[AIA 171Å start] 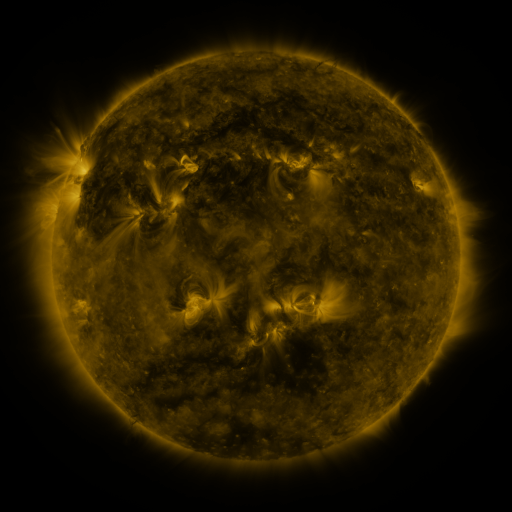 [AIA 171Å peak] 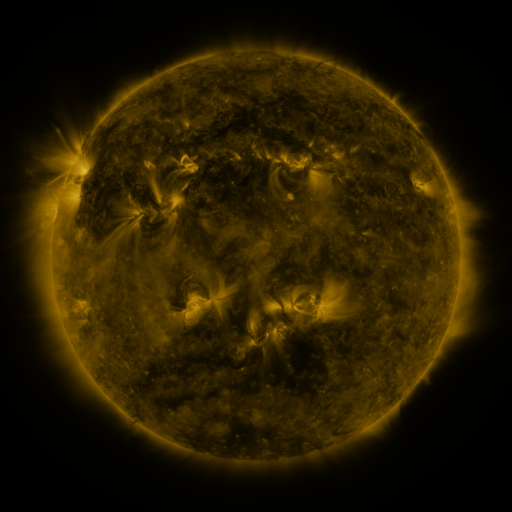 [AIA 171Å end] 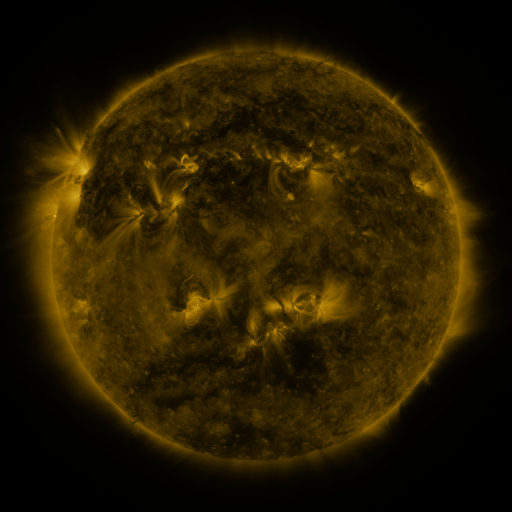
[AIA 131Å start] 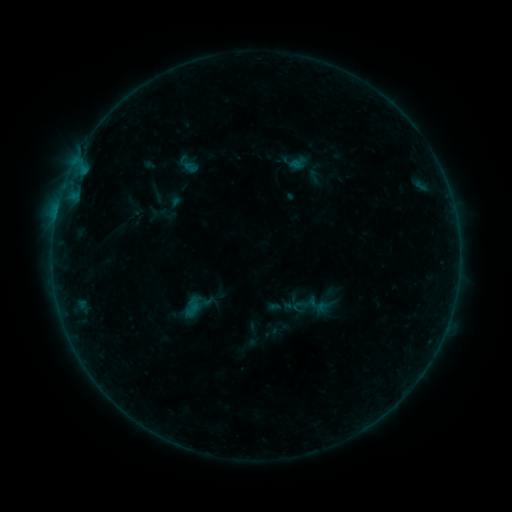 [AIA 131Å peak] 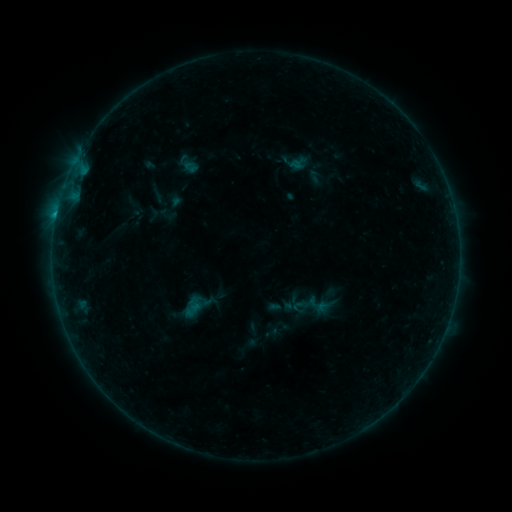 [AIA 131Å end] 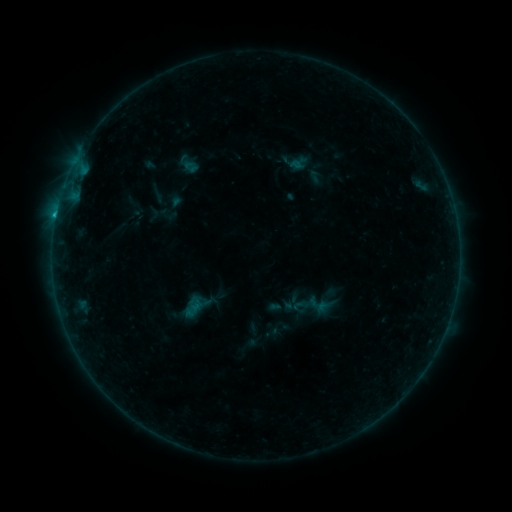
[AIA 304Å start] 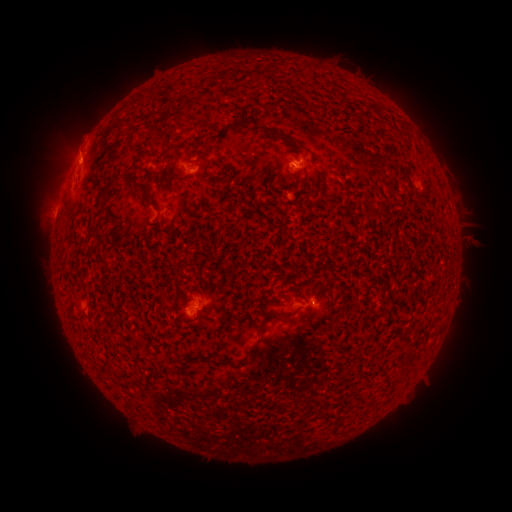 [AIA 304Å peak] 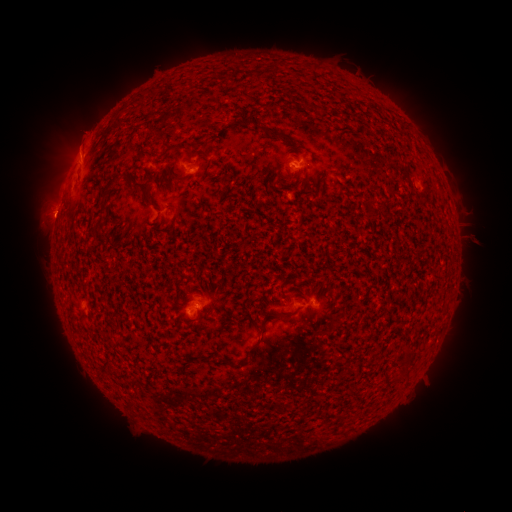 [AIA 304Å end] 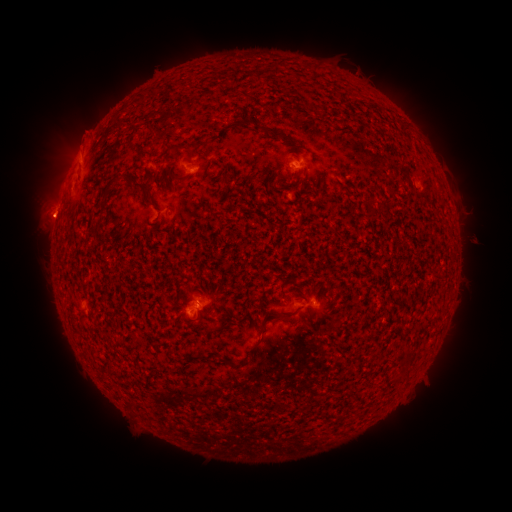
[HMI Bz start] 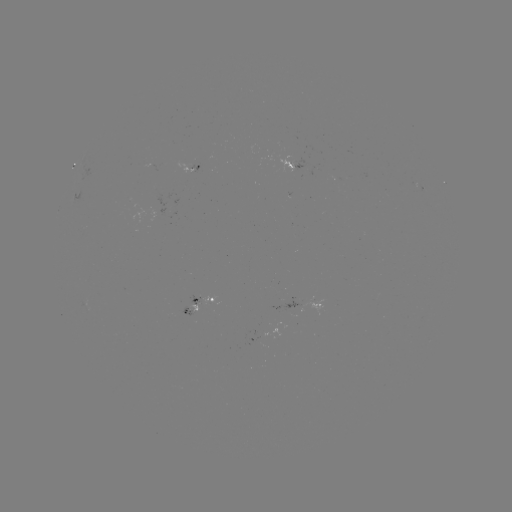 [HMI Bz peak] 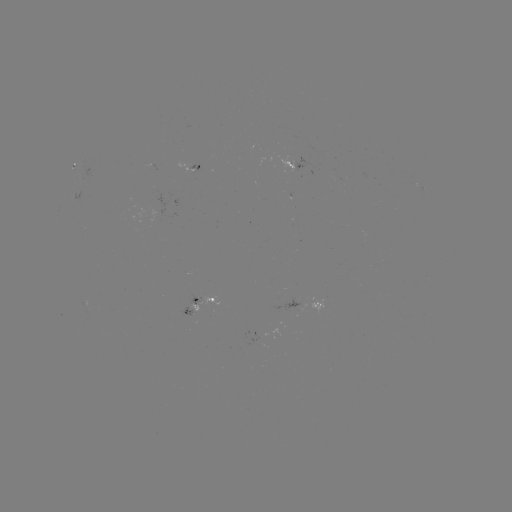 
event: eruption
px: (44, 221)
